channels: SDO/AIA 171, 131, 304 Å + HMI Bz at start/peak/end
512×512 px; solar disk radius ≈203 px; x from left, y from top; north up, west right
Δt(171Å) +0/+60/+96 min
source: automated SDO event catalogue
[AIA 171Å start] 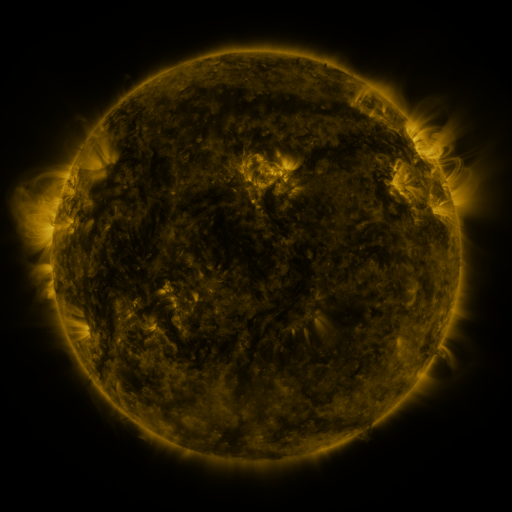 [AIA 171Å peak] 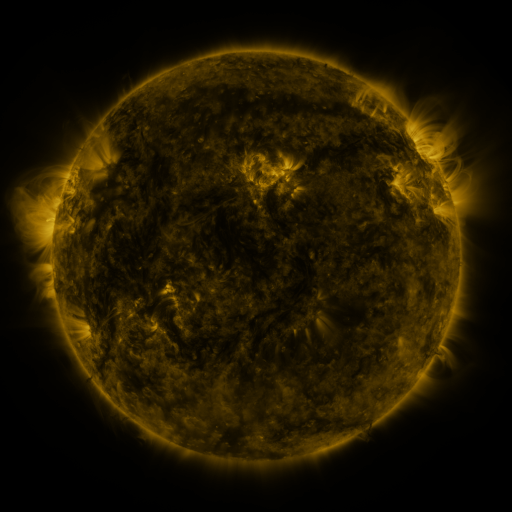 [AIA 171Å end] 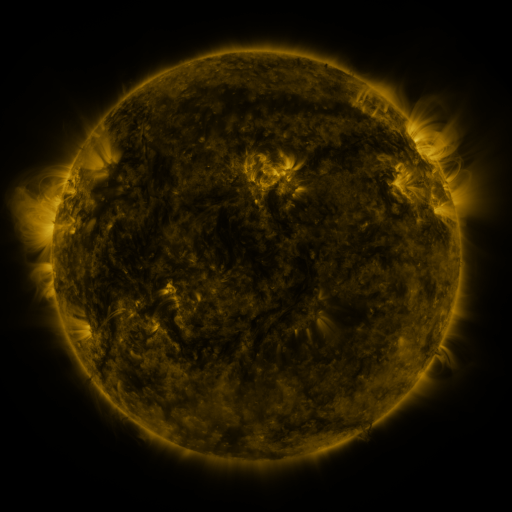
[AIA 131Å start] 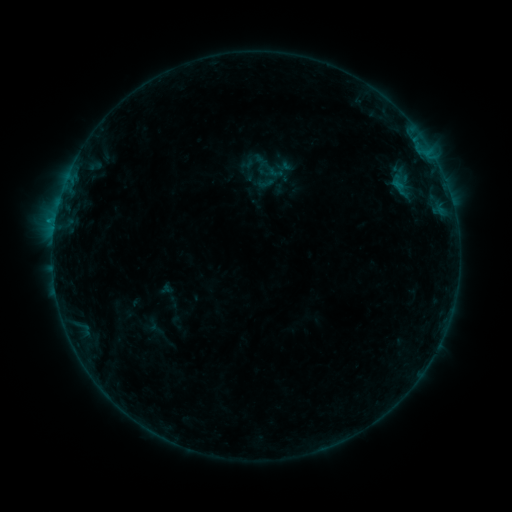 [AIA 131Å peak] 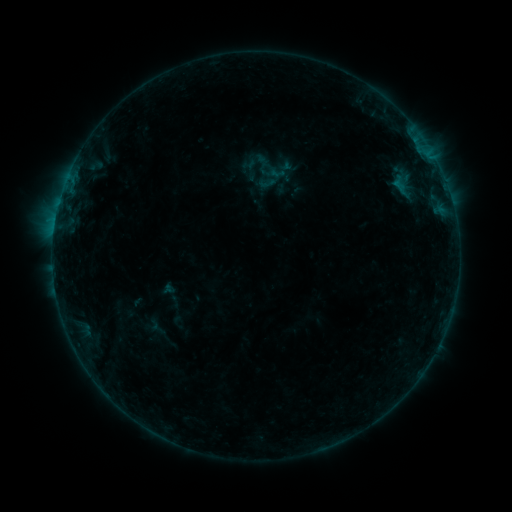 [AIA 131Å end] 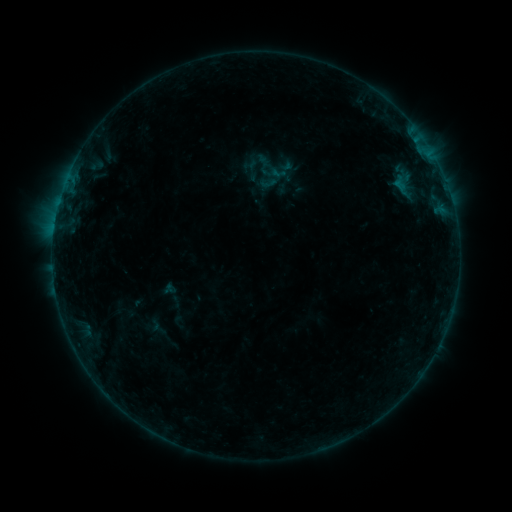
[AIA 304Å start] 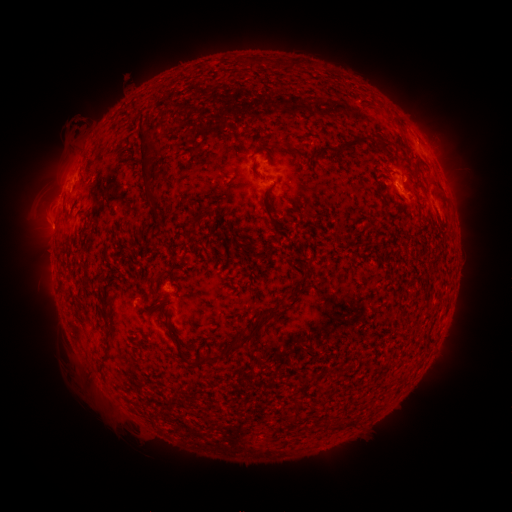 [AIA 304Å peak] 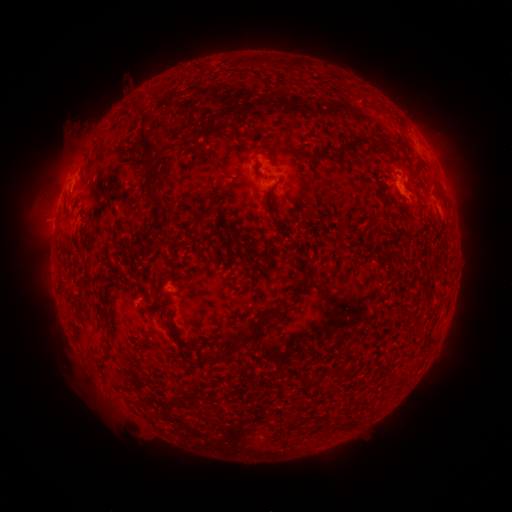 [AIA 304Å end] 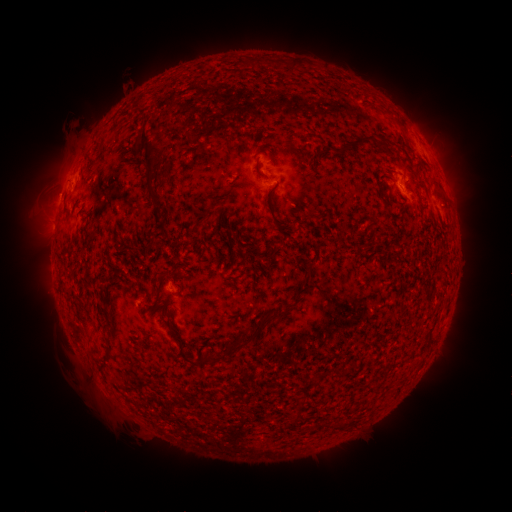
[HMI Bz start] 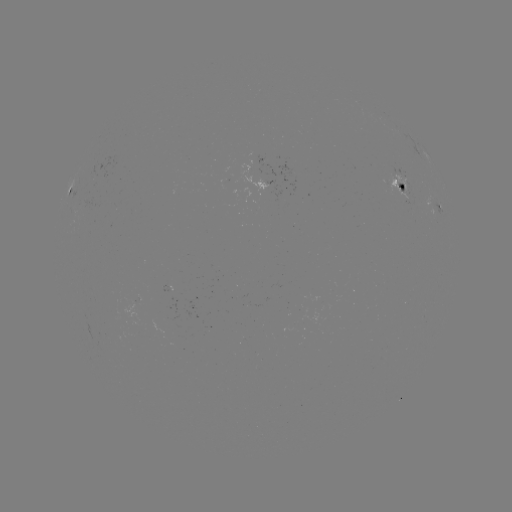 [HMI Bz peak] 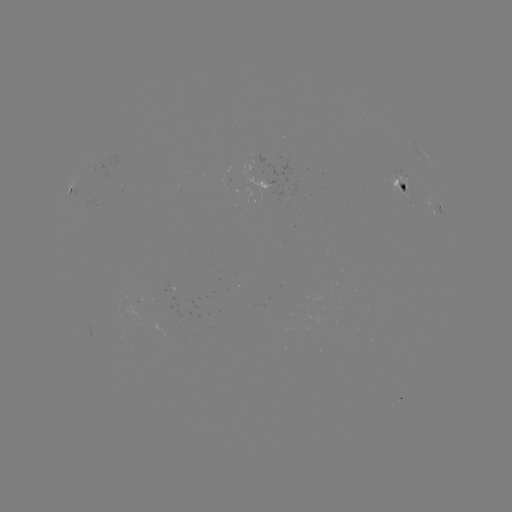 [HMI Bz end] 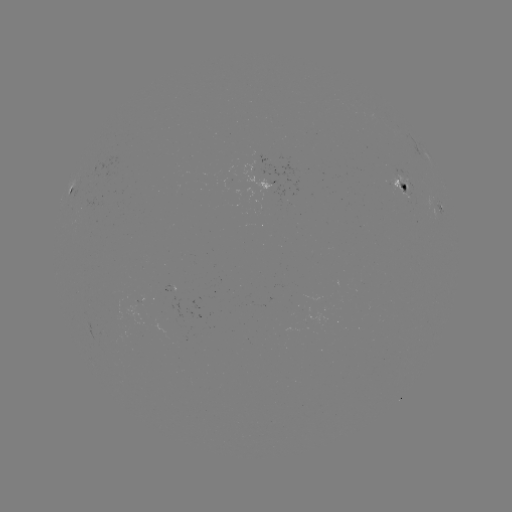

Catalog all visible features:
emerging-flux region: (401, 178)
